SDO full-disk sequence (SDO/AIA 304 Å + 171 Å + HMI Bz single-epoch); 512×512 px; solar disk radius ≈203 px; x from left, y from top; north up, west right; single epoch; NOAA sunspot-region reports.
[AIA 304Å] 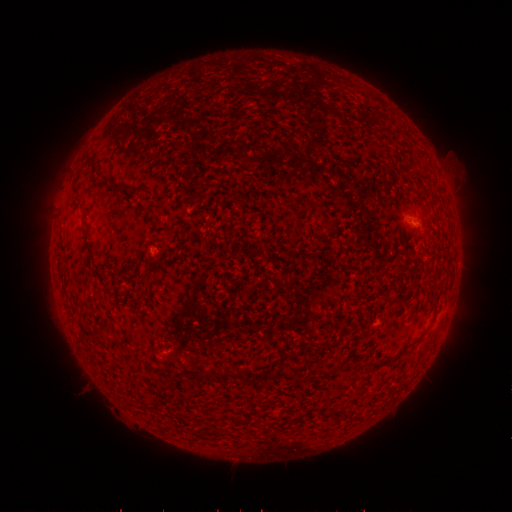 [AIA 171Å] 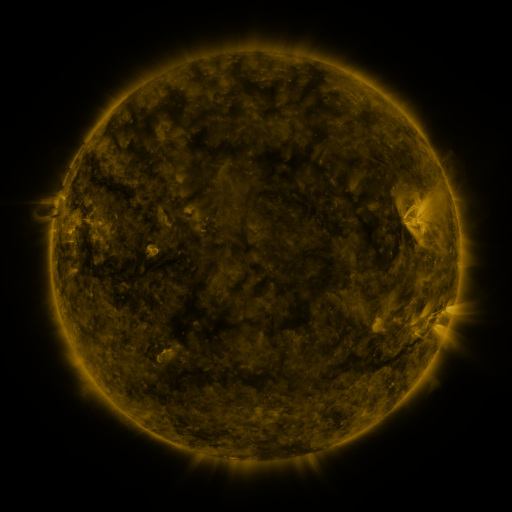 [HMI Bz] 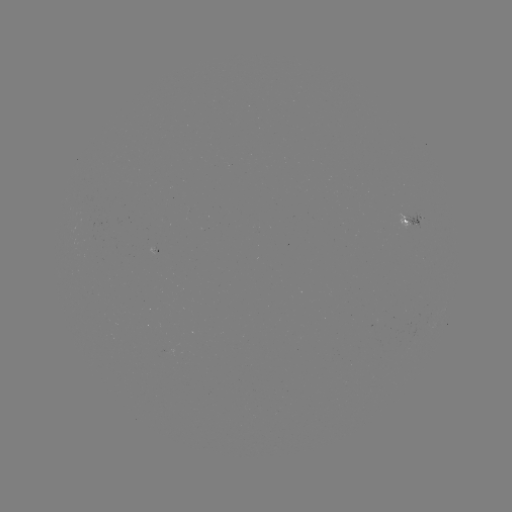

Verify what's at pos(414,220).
spotted active region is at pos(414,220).